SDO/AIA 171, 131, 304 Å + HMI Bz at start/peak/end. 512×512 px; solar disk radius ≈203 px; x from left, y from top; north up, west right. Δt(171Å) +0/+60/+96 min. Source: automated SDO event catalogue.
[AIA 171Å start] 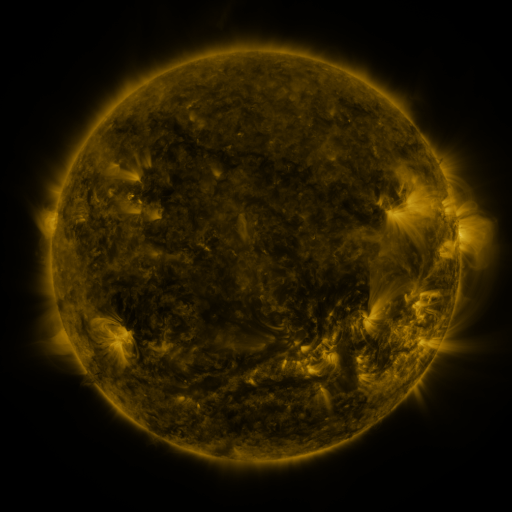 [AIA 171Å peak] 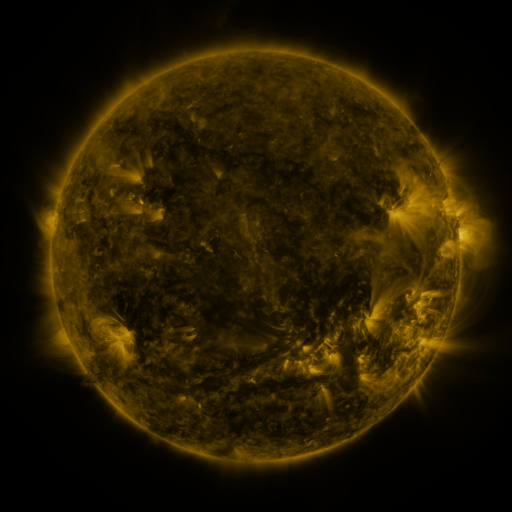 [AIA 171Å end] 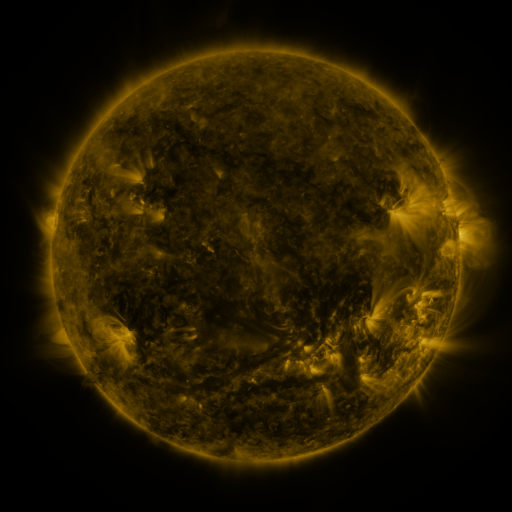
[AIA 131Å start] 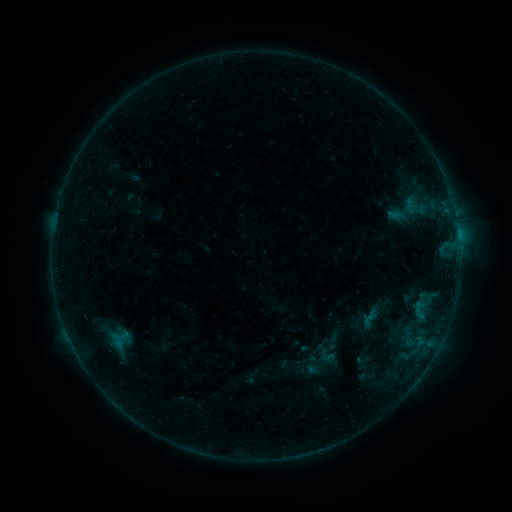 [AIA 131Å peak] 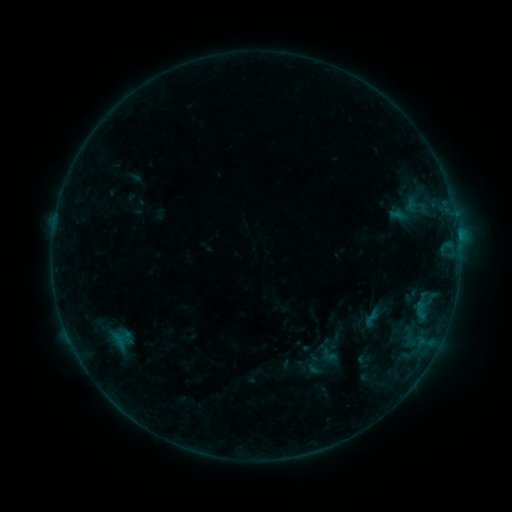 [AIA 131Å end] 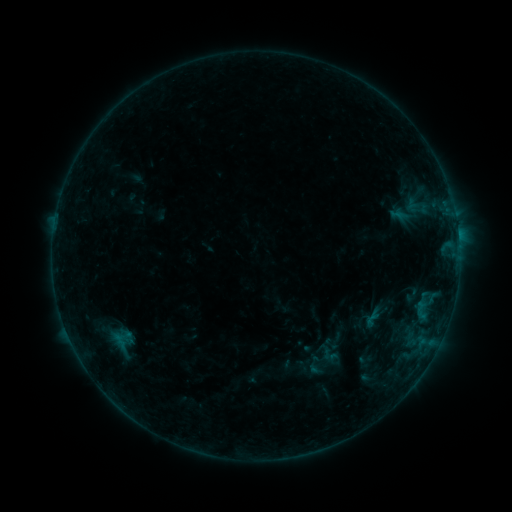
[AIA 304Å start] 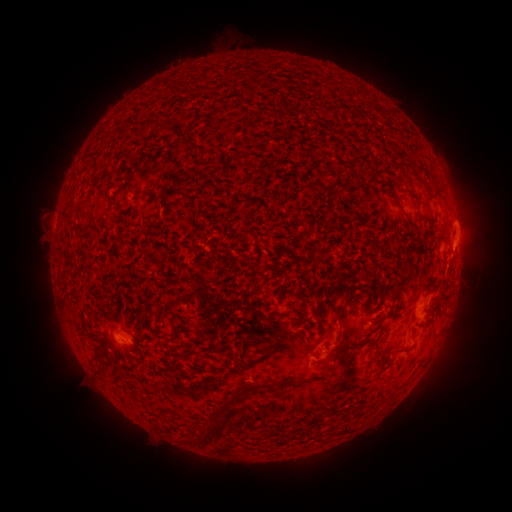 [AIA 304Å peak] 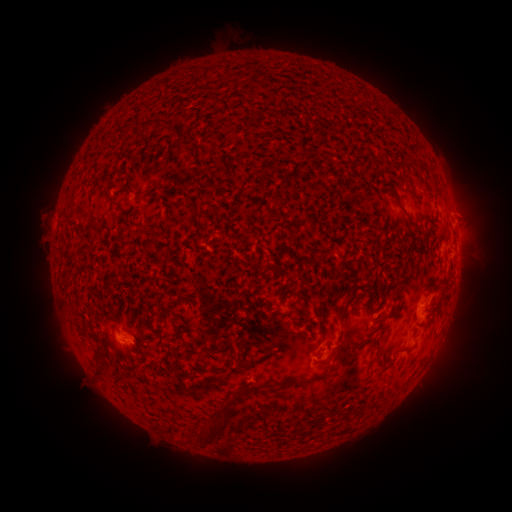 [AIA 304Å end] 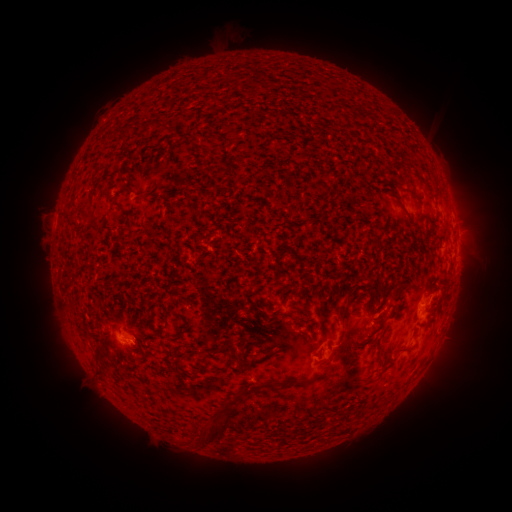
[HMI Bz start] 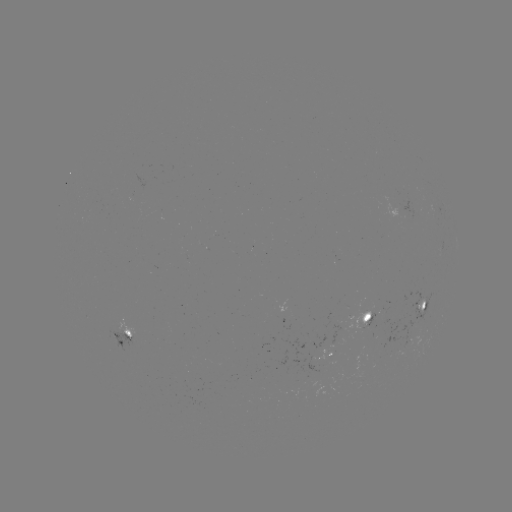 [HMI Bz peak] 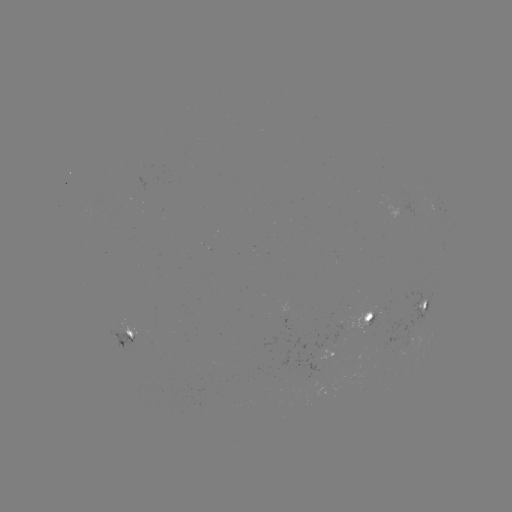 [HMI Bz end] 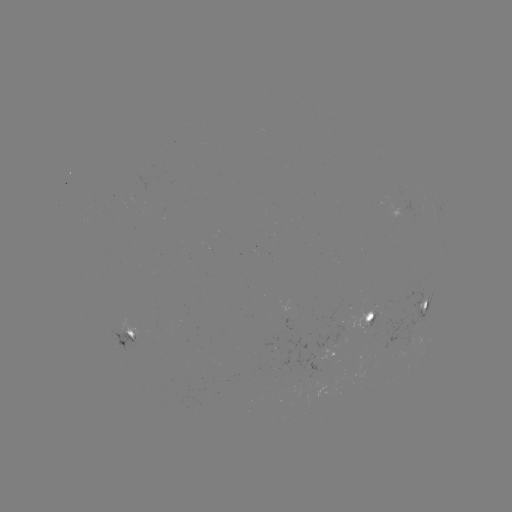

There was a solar emerging-flux region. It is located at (370, 318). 